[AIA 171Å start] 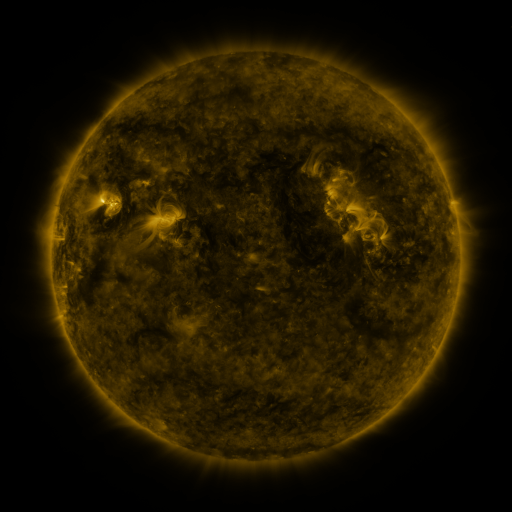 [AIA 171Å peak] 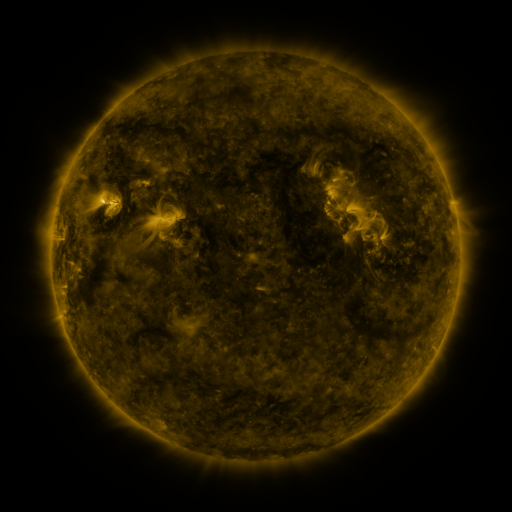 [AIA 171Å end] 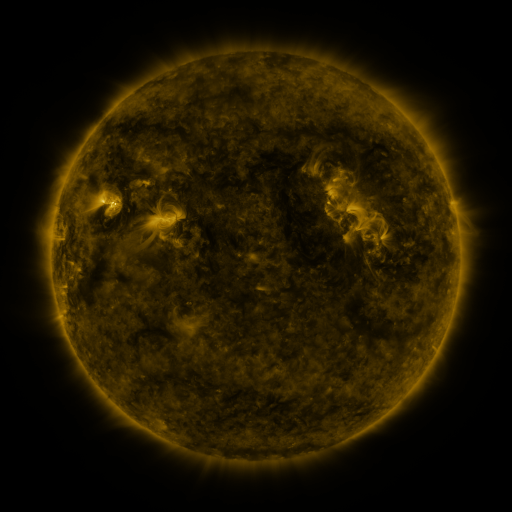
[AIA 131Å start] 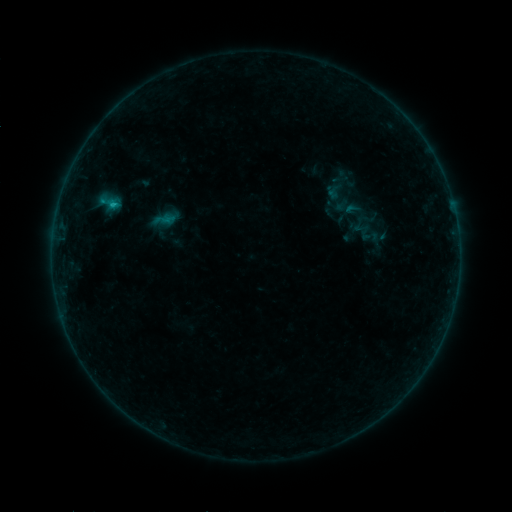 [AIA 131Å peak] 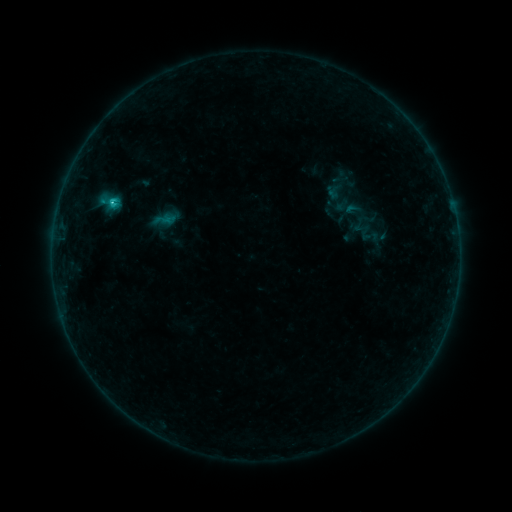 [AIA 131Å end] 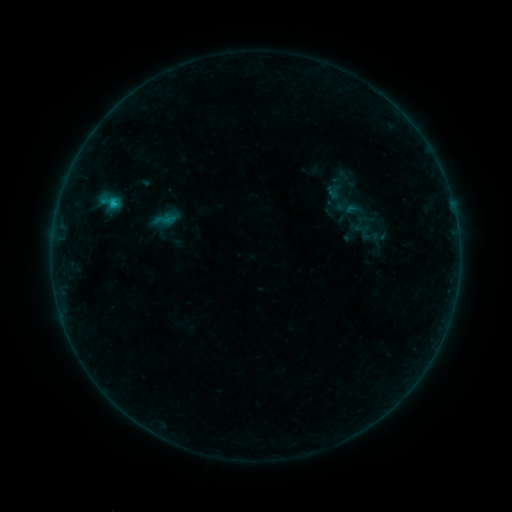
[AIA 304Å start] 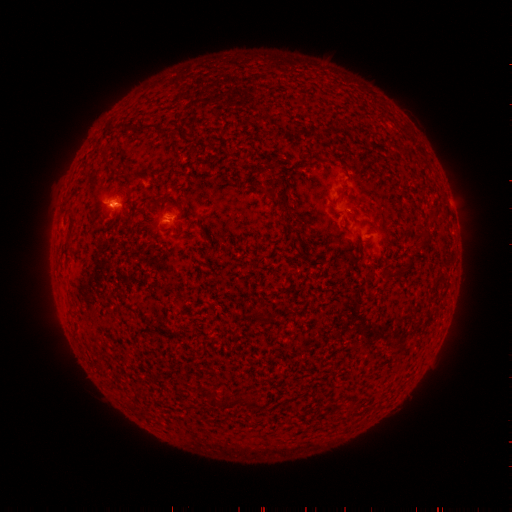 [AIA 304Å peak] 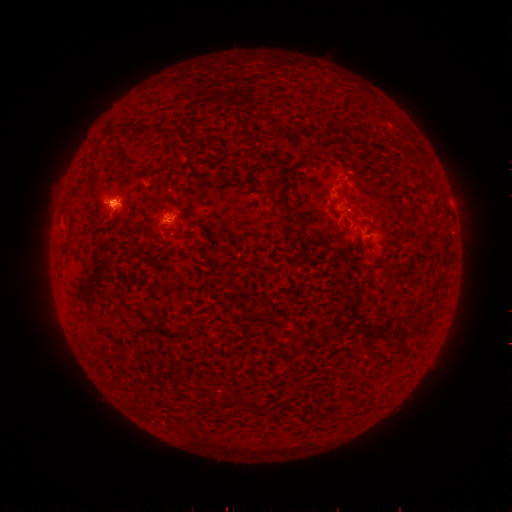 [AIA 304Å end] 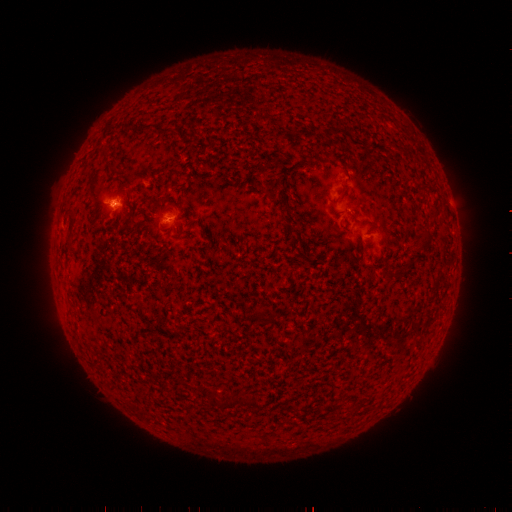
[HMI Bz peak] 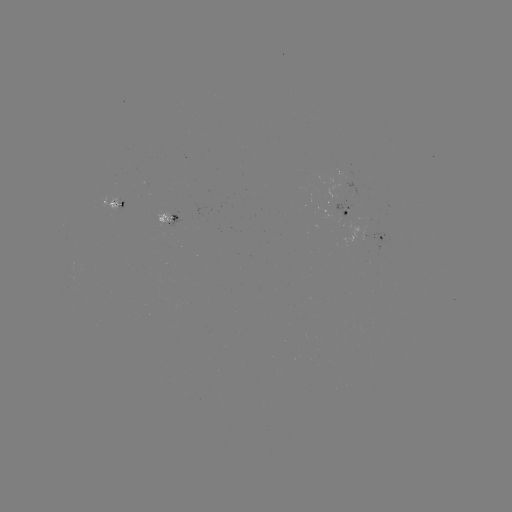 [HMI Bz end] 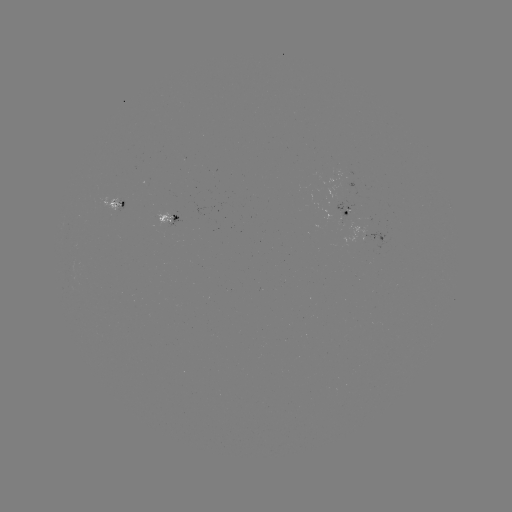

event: flare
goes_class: B8.4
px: (112, 204)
